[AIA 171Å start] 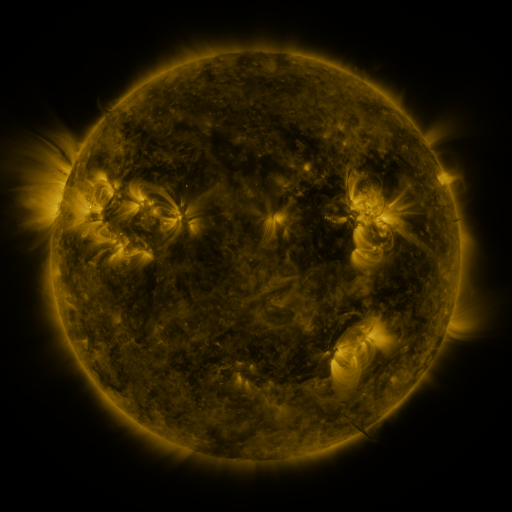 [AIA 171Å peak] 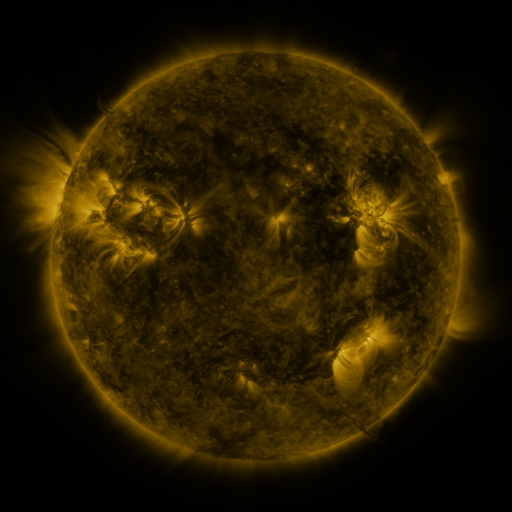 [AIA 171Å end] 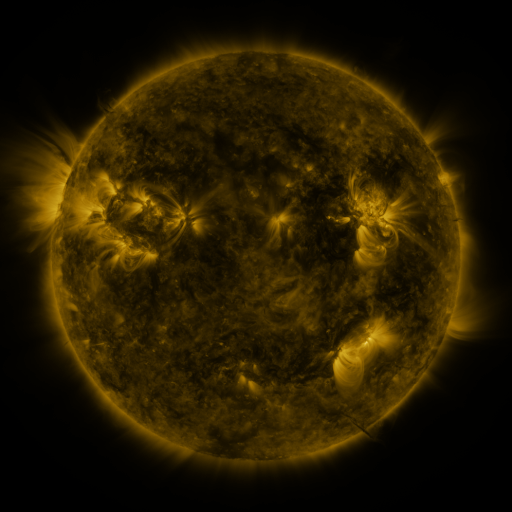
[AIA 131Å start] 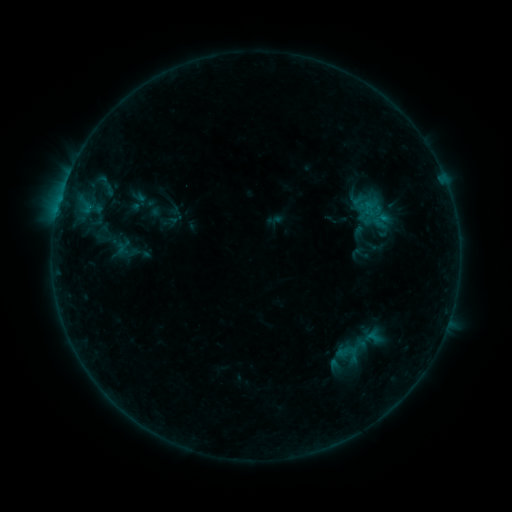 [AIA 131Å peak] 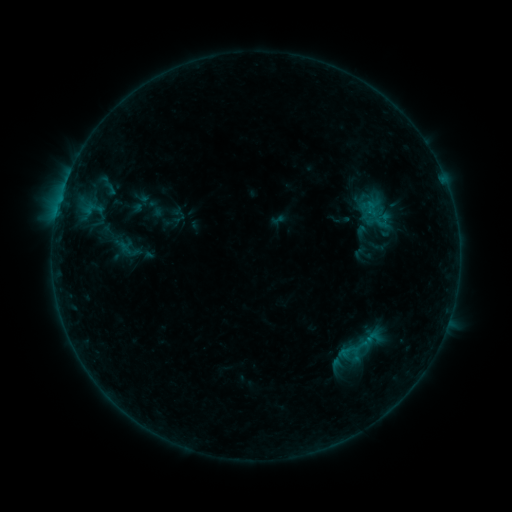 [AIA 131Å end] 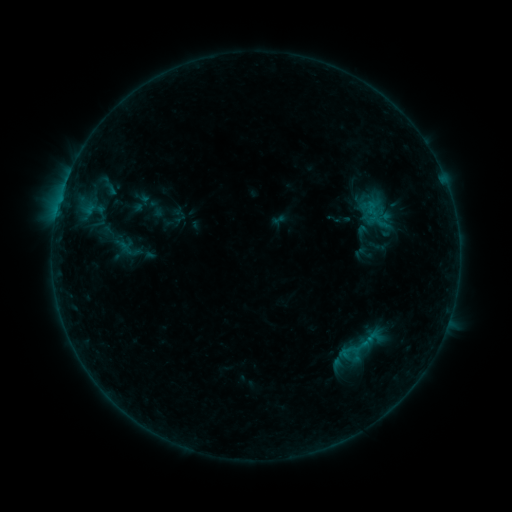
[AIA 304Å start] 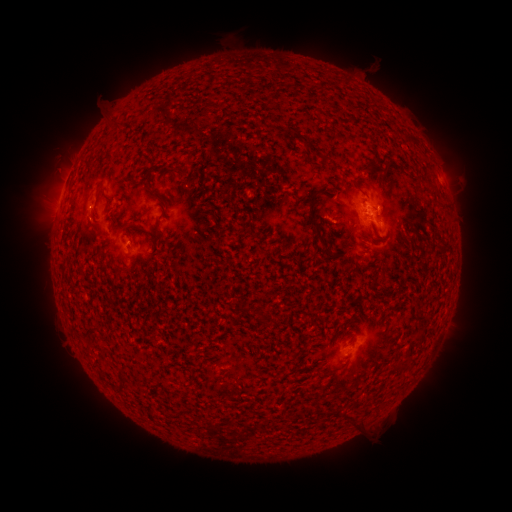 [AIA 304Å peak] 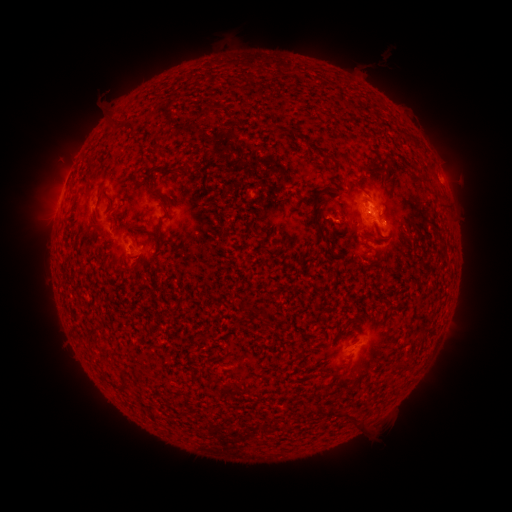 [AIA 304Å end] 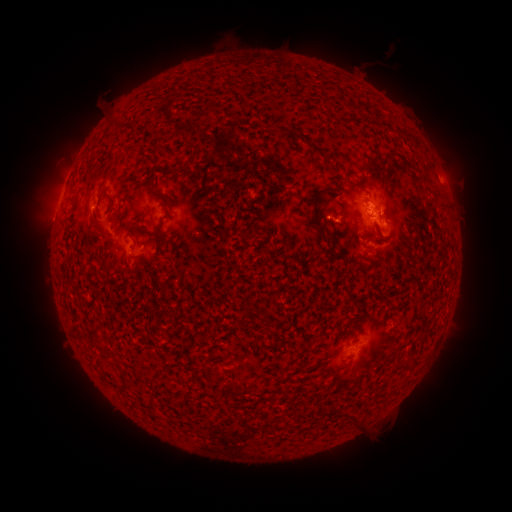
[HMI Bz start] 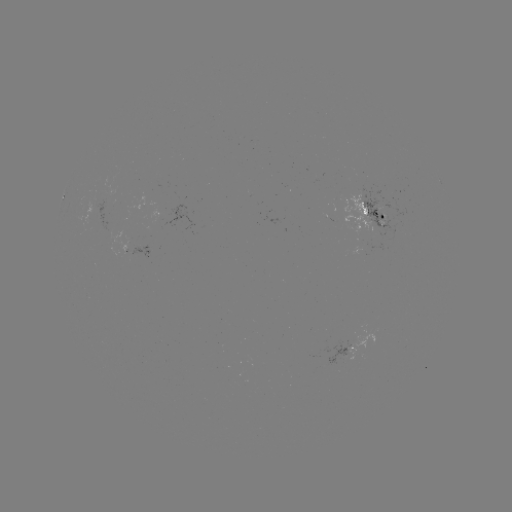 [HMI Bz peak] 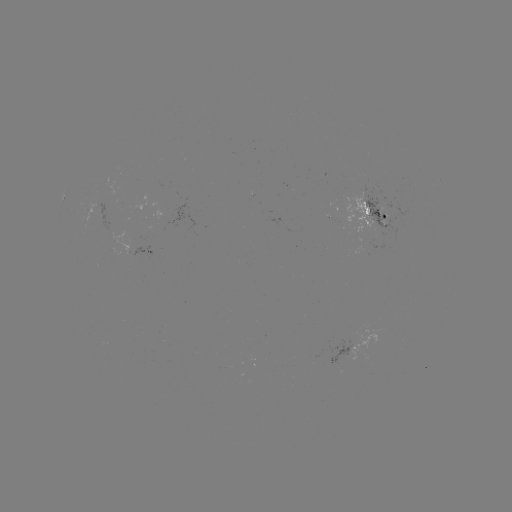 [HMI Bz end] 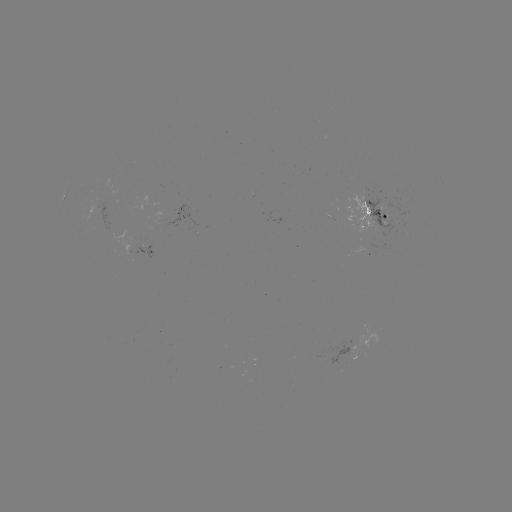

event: emerging-flux region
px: (118, 242)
